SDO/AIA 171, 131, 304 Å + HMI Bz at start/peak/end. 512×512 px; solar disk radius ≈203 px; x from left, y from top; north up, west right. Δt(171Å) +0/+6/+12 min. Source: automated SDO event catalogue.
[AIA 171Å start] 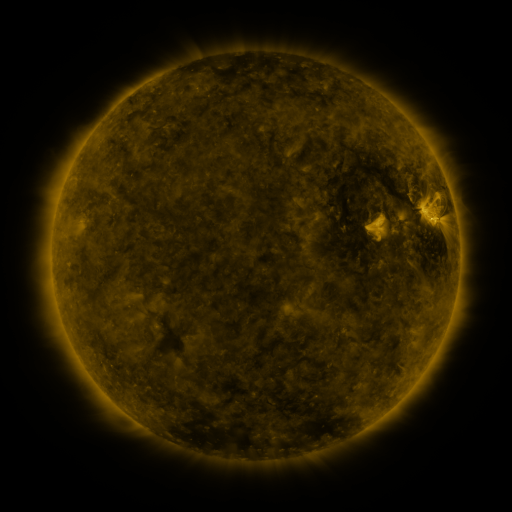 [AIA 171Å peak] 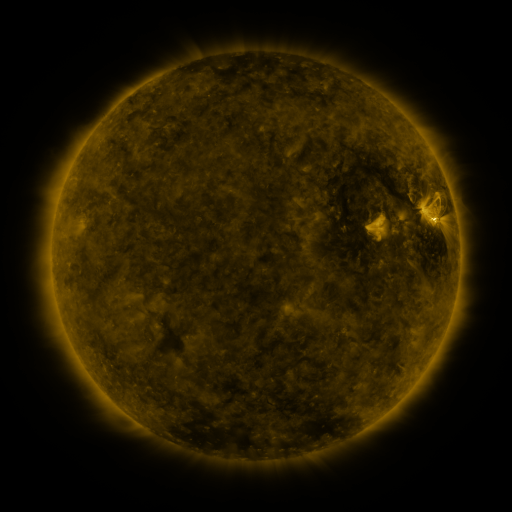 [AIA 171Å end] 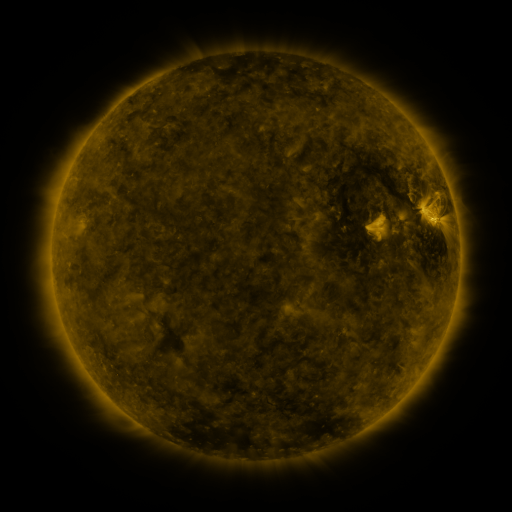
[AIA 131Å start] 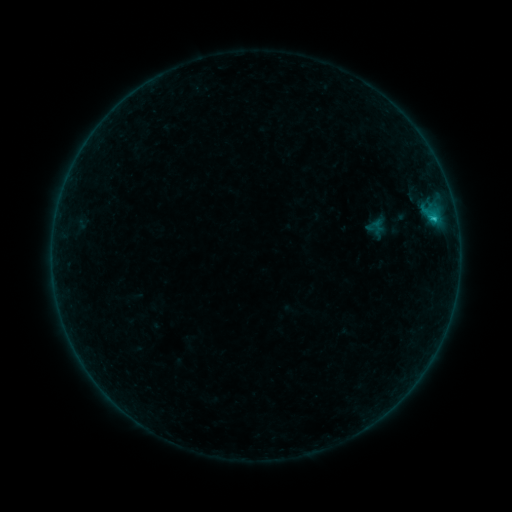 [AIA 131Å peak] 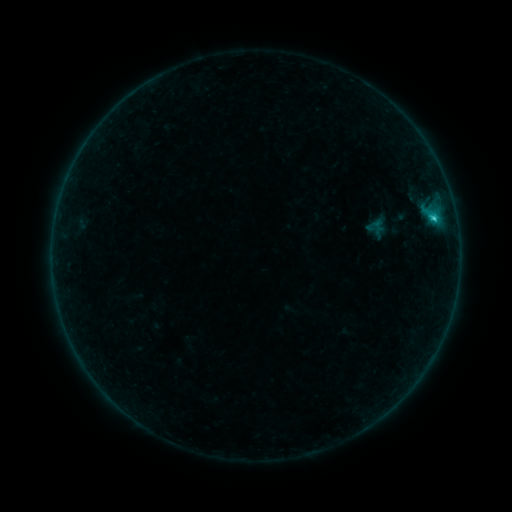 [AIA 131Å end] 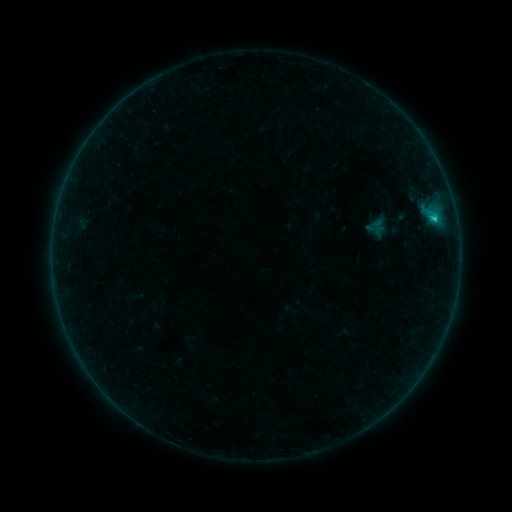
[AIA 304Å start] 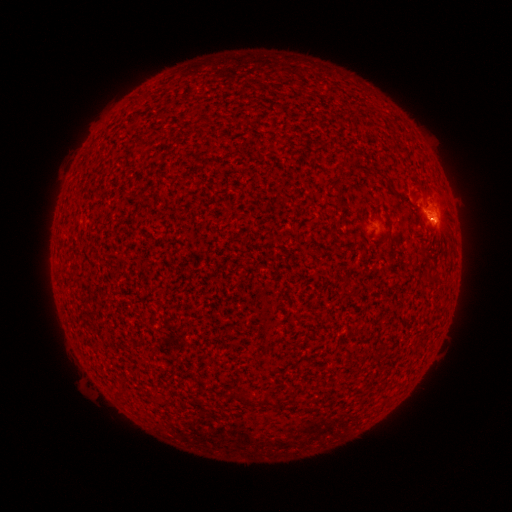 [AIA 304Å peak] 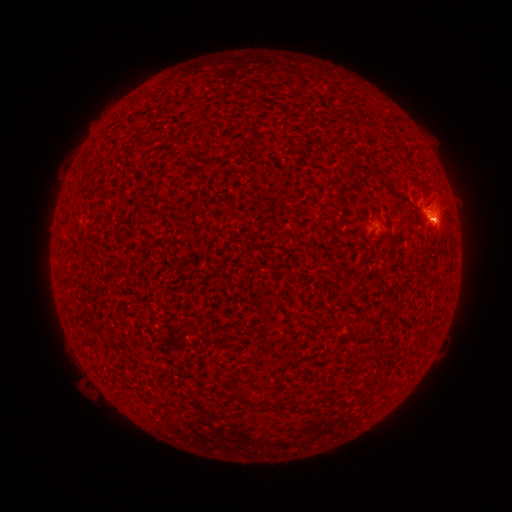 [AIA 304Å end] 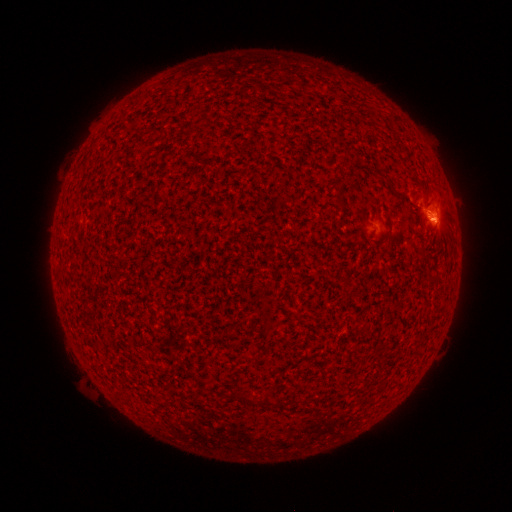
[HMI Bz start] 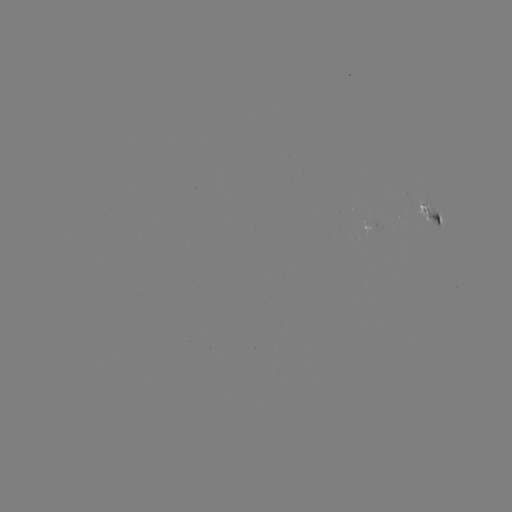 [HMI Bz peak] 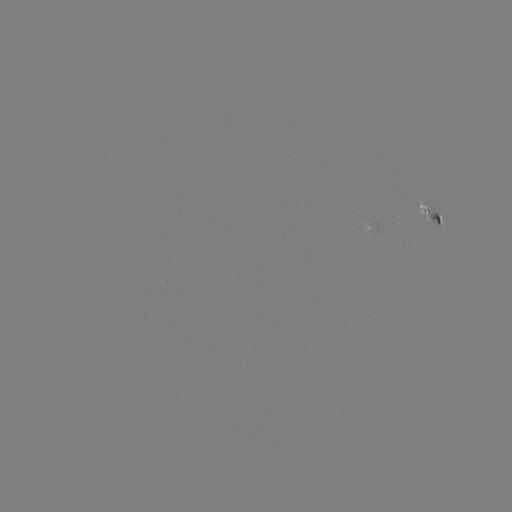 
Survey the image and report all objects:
B9.8 flare: (432, 219)
